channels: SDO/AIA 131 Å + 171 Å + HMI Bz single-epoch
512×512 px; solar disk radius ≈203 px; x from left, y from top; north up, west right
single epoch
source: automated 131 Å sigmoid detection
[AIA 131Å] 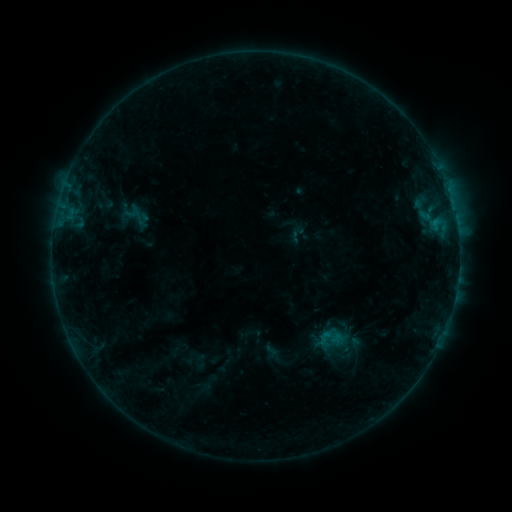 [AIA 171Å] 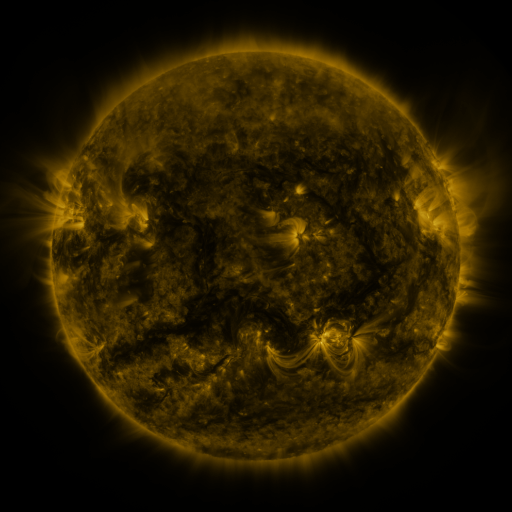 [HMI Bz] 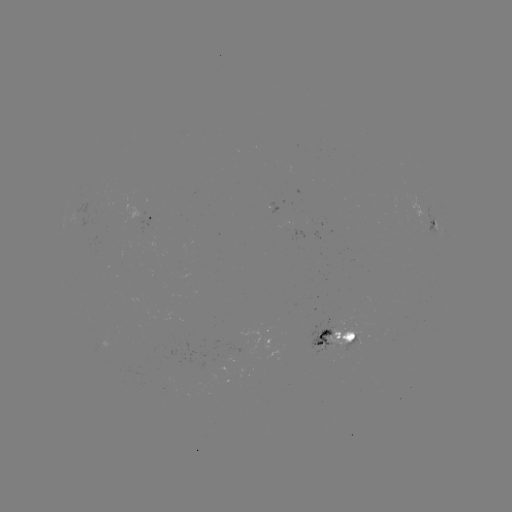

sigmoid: <bbox>316, 328, 335, 347</bbox>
